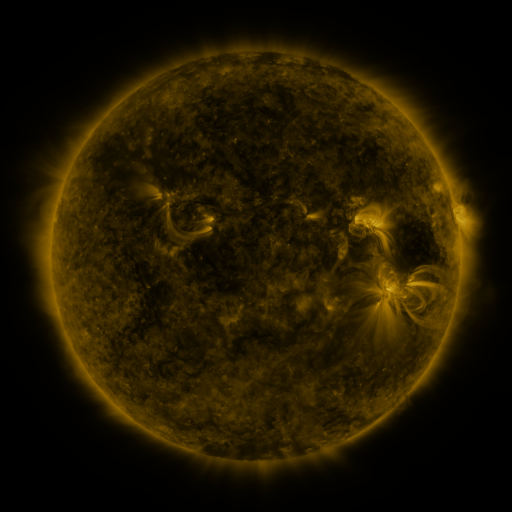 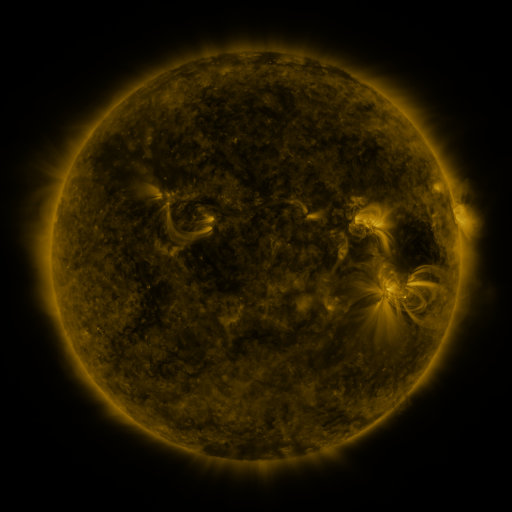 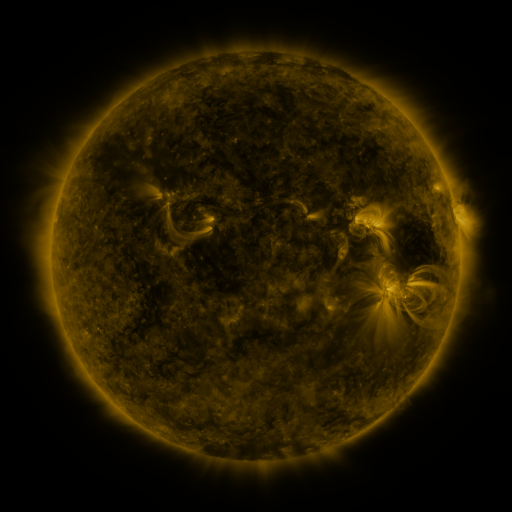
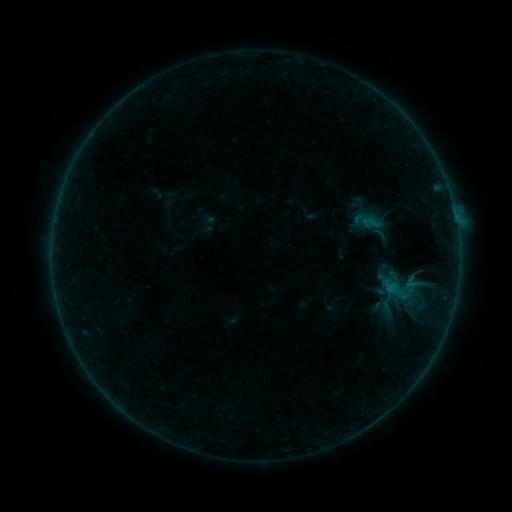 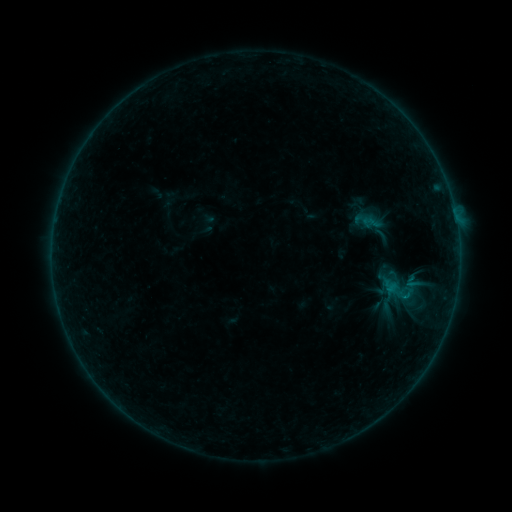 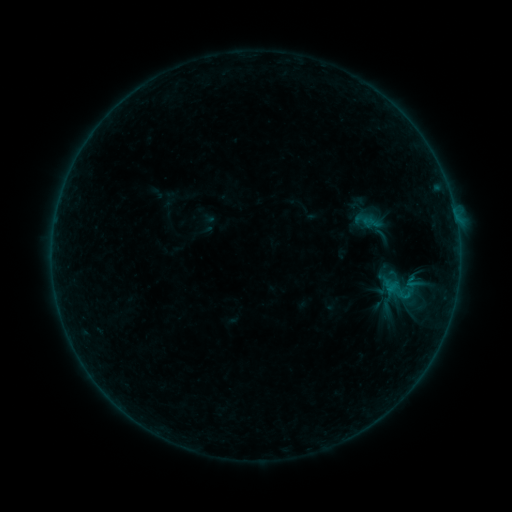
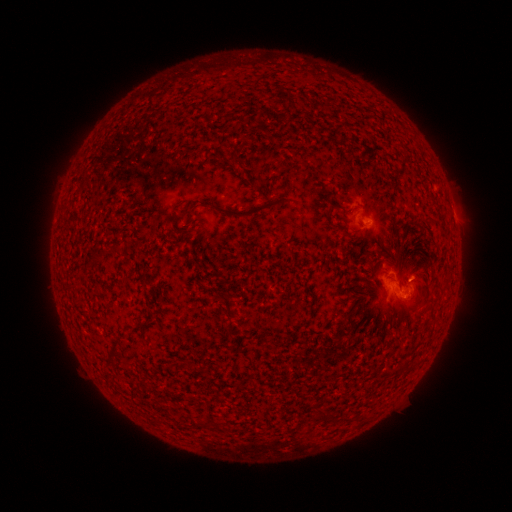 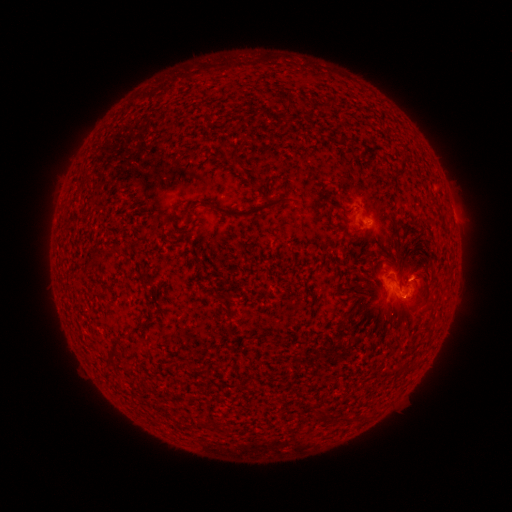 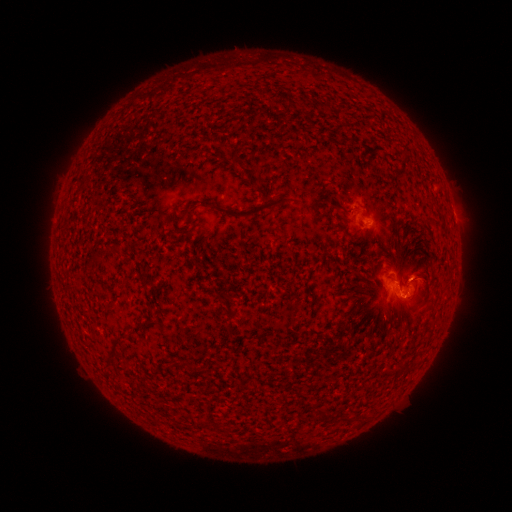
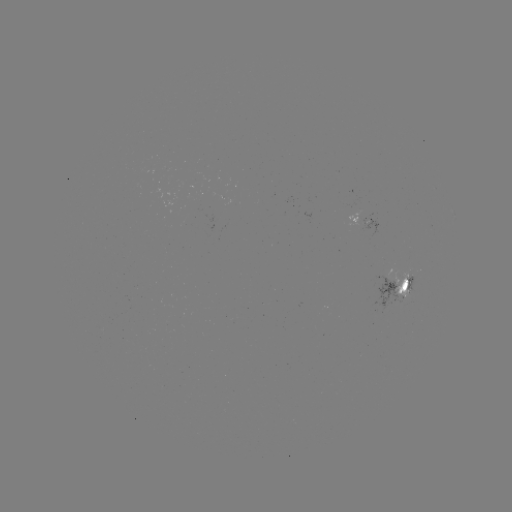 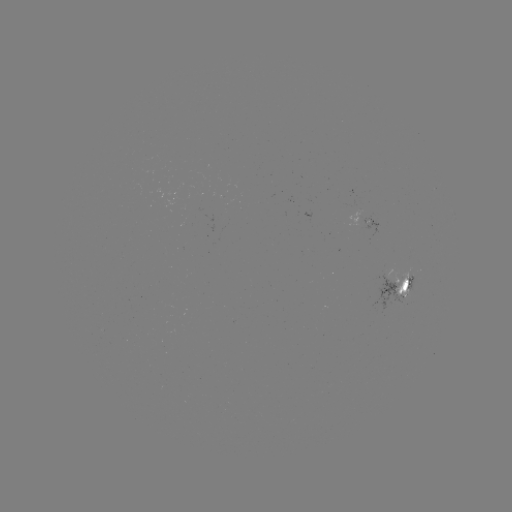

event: flare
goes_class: B2.7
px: (405, 294)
